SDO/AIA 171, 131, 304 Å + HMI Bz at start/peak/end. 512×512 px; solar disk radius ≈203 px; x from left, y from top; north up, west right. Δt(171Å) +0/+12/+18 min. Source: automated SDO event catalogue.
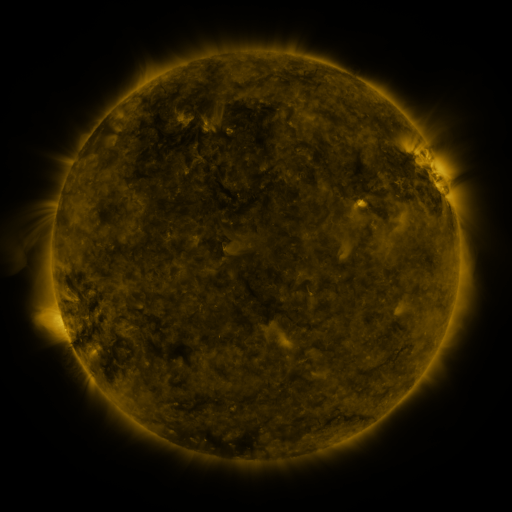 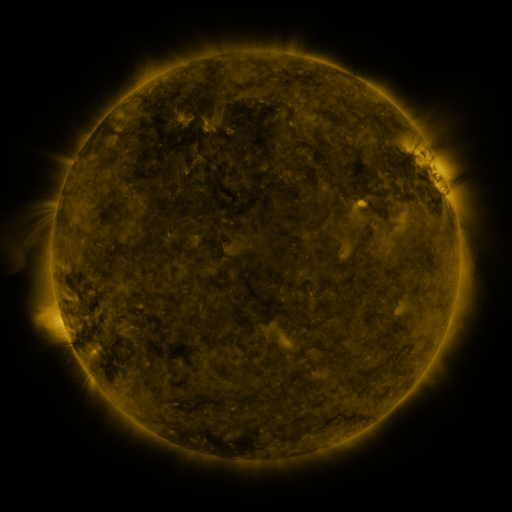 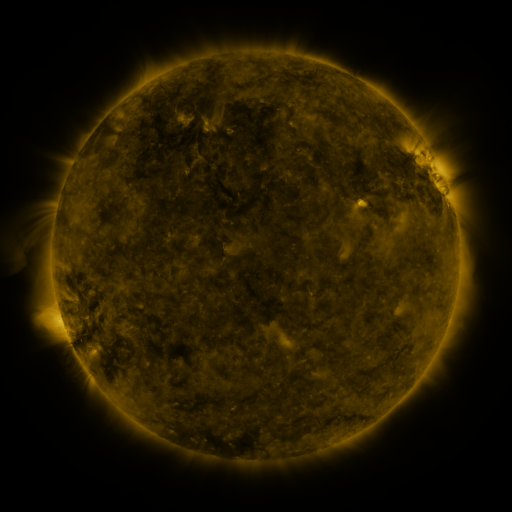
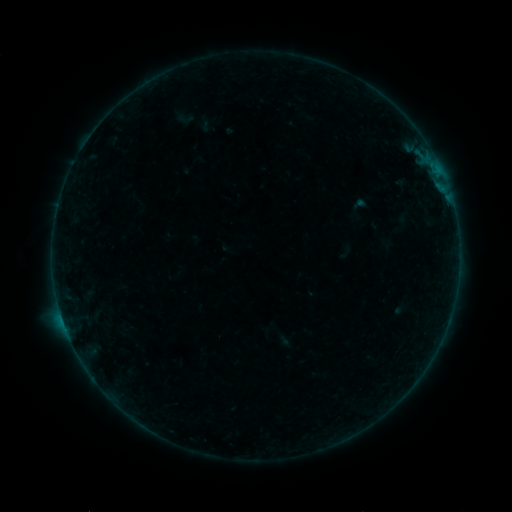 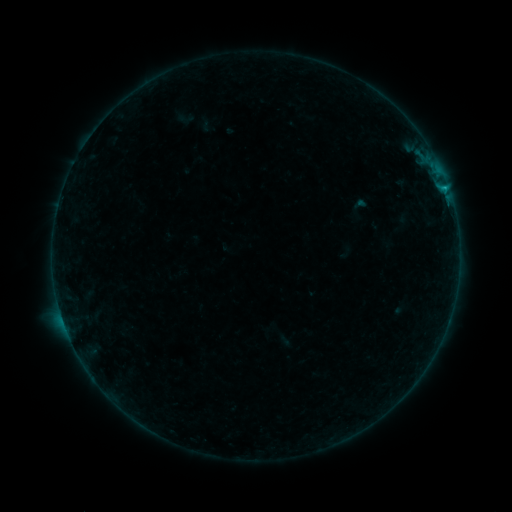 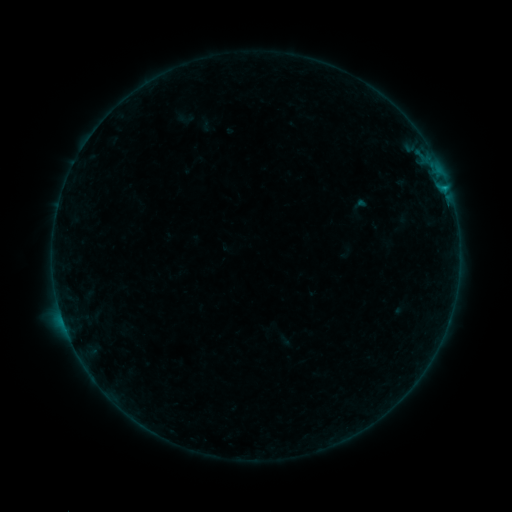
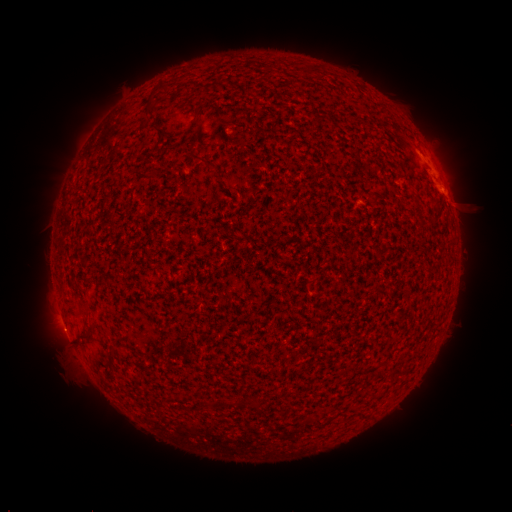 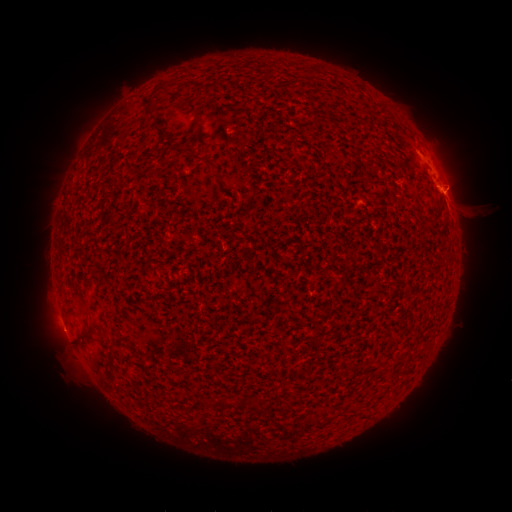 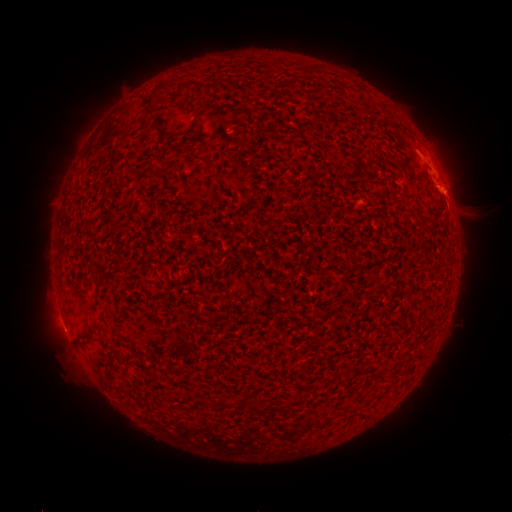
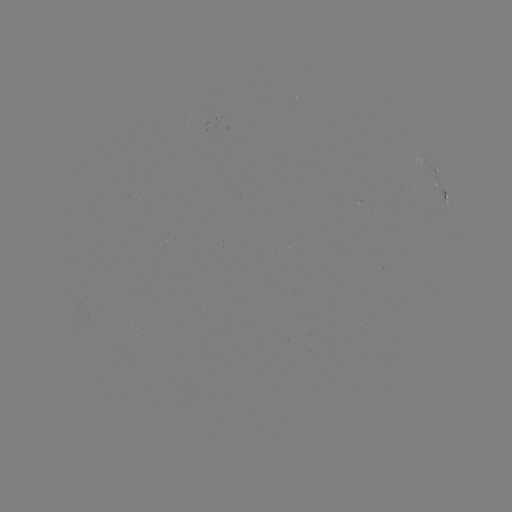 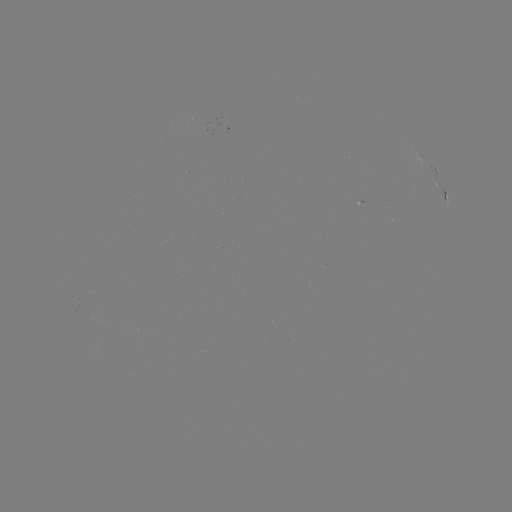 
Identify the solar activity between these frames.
B4.3 flare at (443, 191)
